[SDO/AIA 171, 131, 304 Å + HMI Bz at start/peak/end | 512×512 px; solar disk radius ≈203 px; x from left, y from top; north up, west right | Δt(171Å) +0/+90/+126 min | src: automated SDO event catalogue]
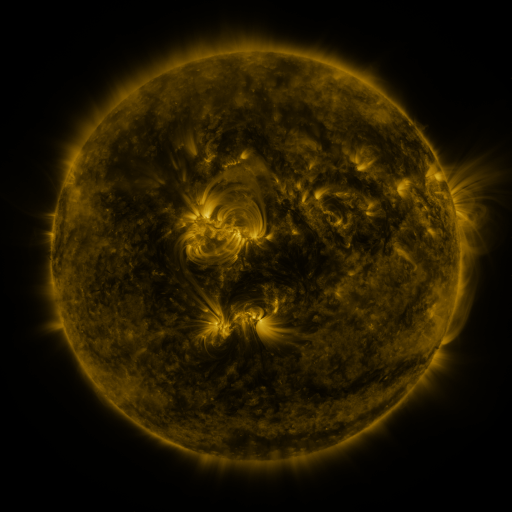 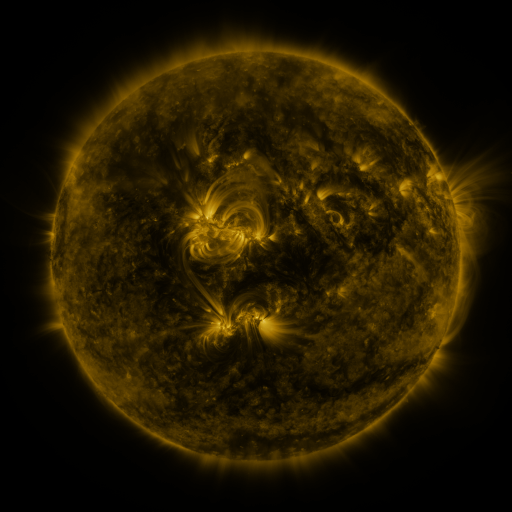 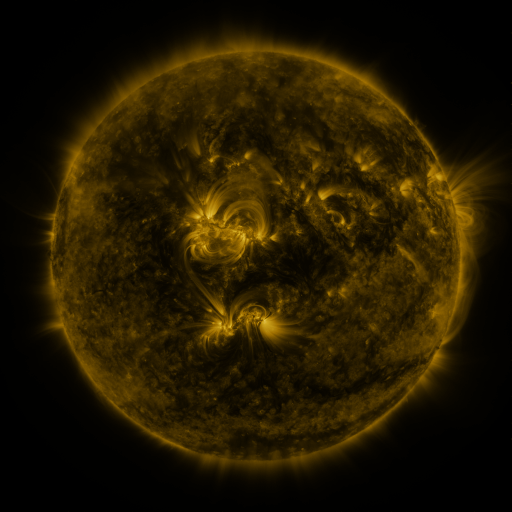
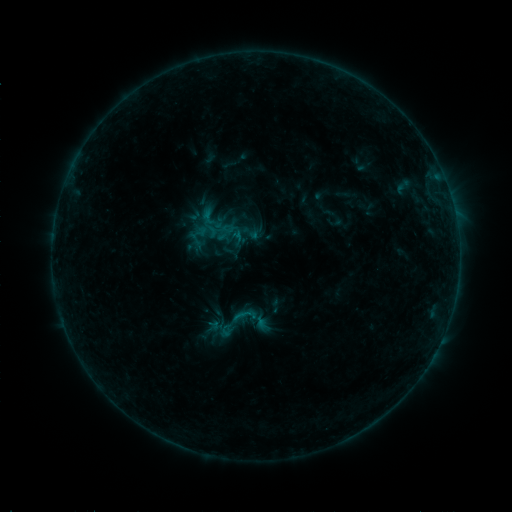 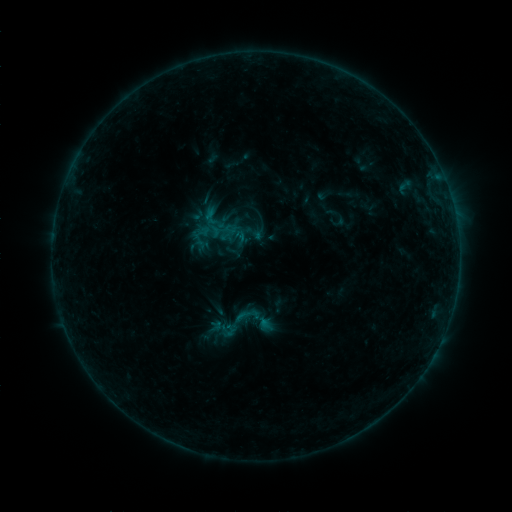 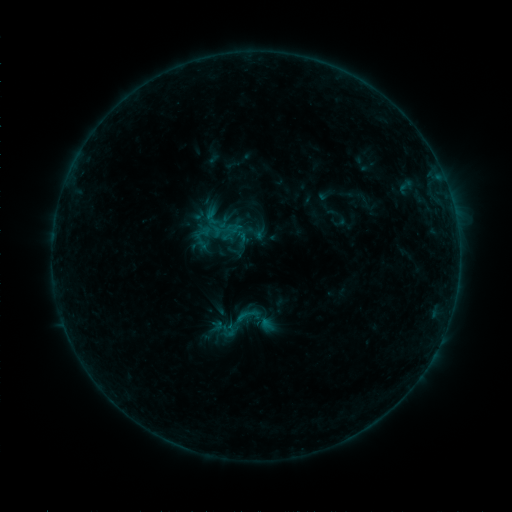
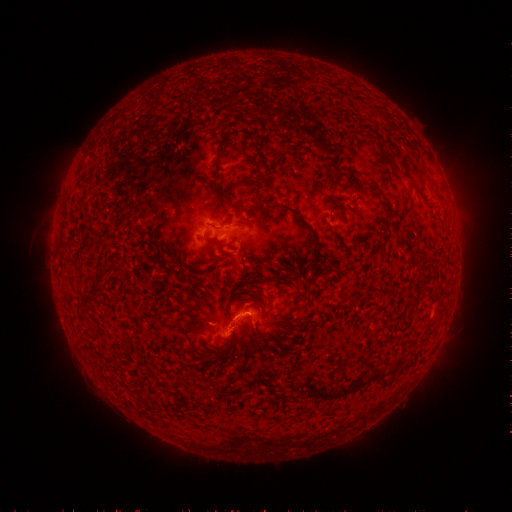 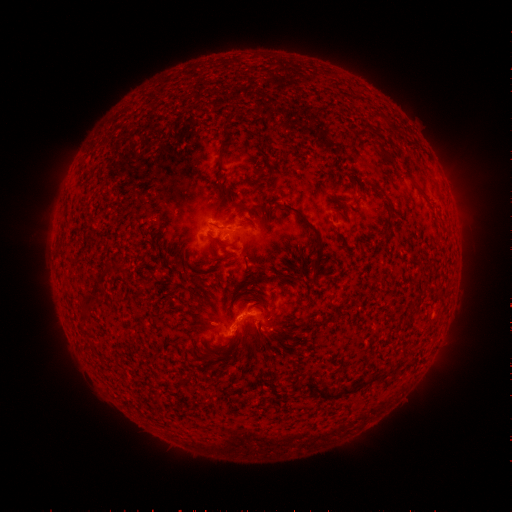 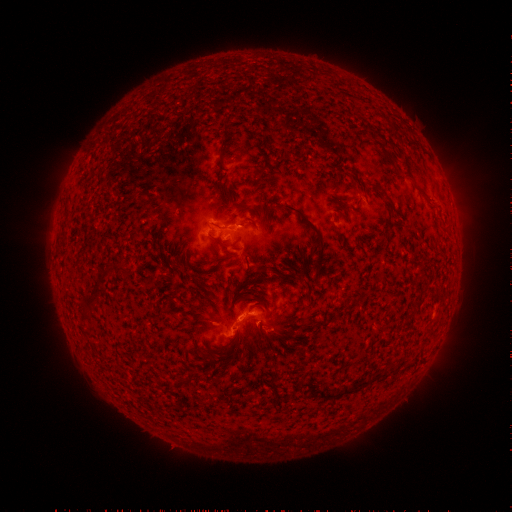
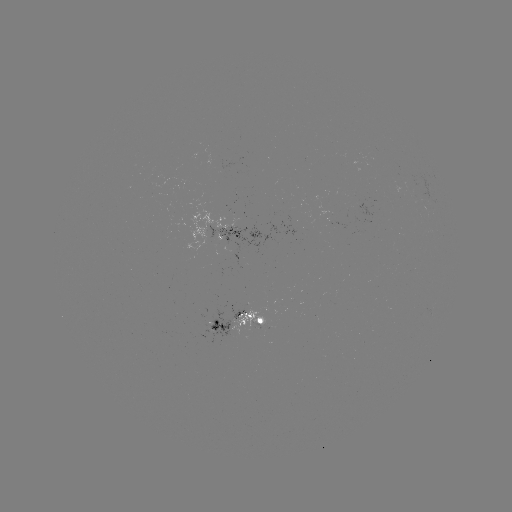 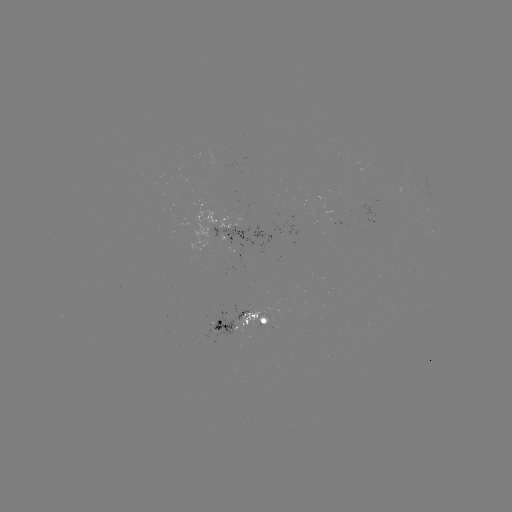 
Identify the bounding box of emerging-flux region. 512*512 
[202, 309, 235, 345].